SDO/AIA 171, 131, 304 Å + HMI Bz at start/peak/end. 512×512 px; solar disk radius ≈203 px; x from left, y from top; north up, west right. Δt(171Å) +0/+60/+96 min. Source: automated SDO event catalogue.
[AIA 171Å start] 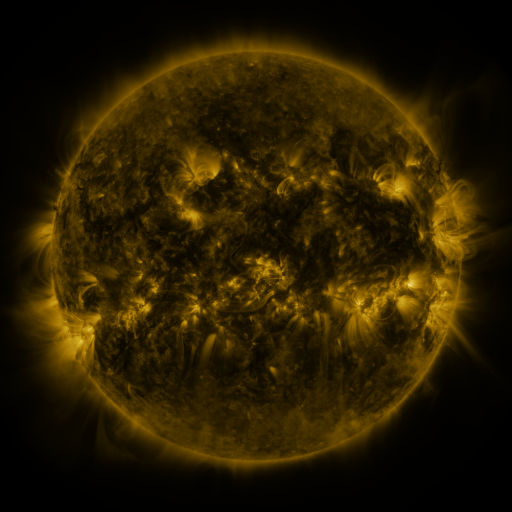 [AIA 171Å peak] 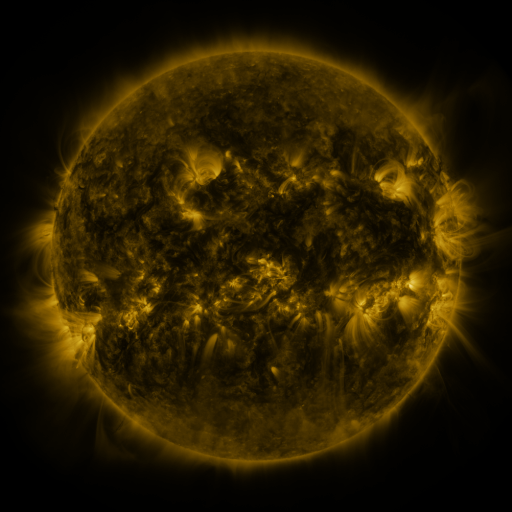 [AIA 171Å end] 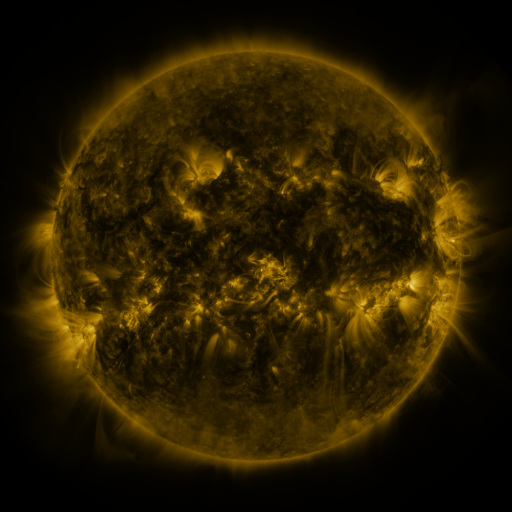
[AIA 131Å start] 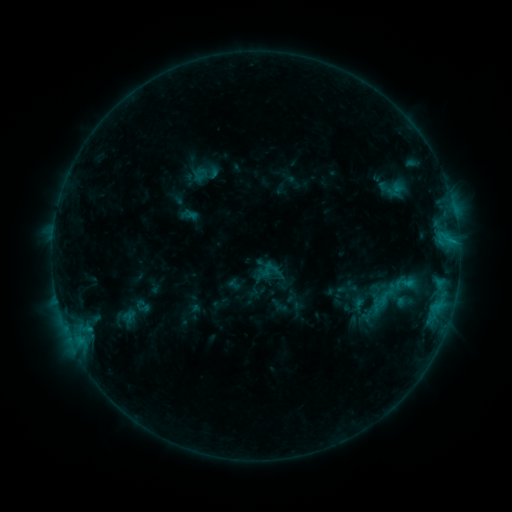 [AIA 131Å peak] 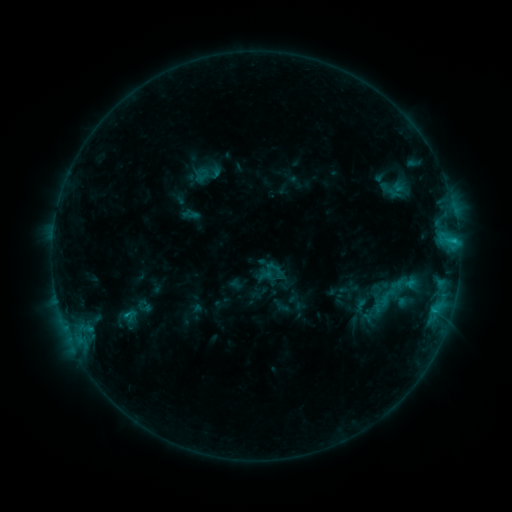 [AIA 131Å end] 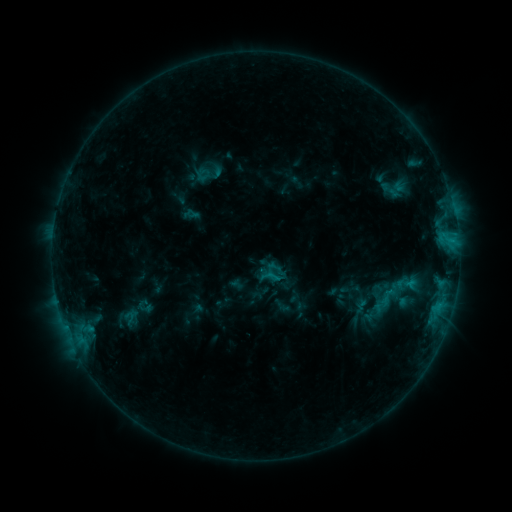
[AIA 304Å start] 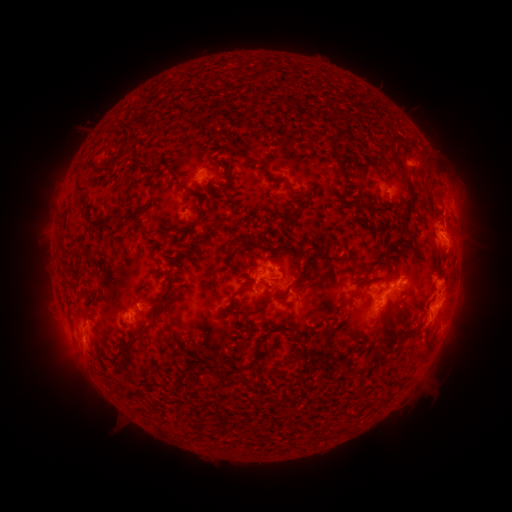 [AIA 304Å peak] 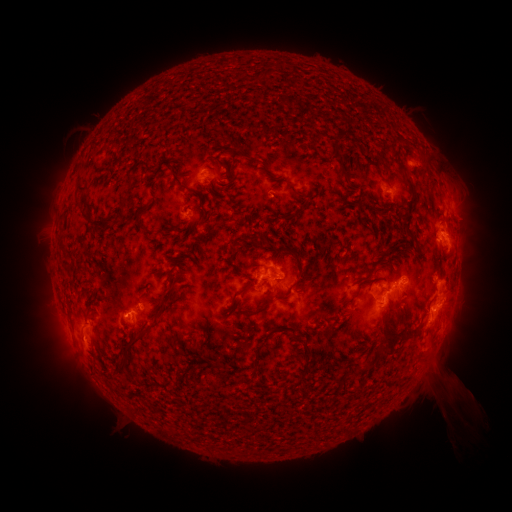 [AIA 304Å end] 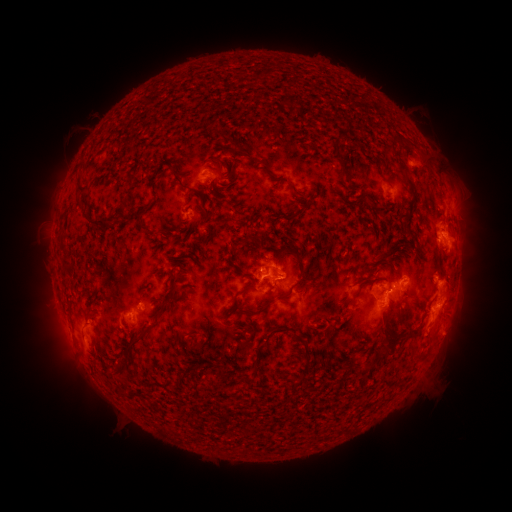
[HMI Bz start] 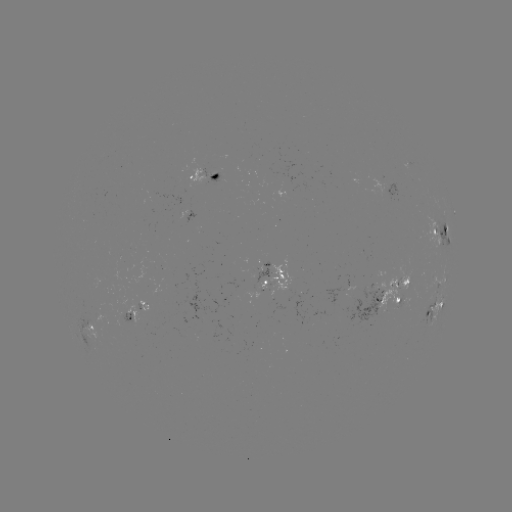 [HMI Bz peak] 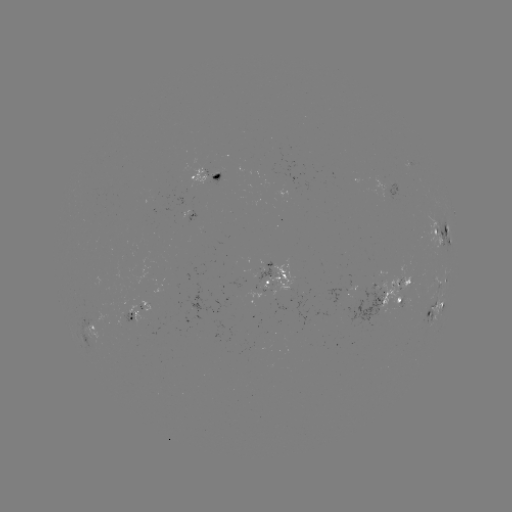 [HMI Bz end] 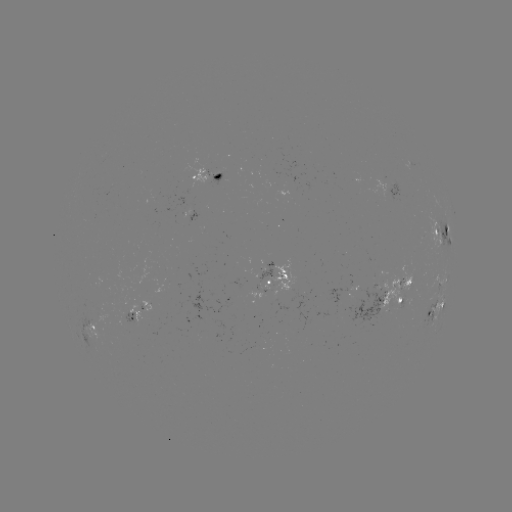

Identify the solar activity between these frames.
emerging-flux region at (269, 282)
